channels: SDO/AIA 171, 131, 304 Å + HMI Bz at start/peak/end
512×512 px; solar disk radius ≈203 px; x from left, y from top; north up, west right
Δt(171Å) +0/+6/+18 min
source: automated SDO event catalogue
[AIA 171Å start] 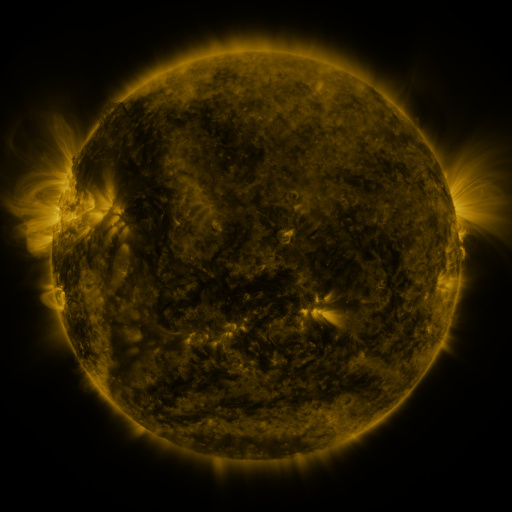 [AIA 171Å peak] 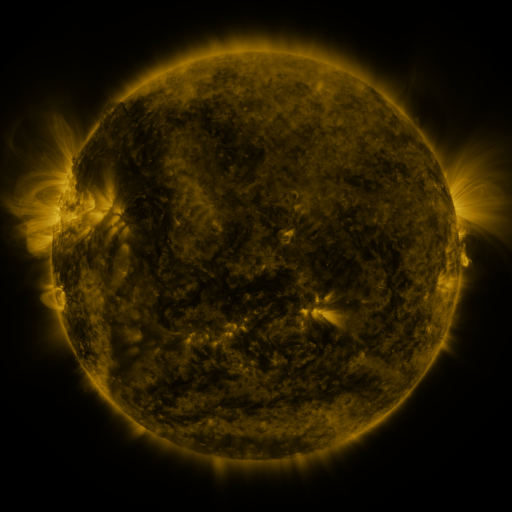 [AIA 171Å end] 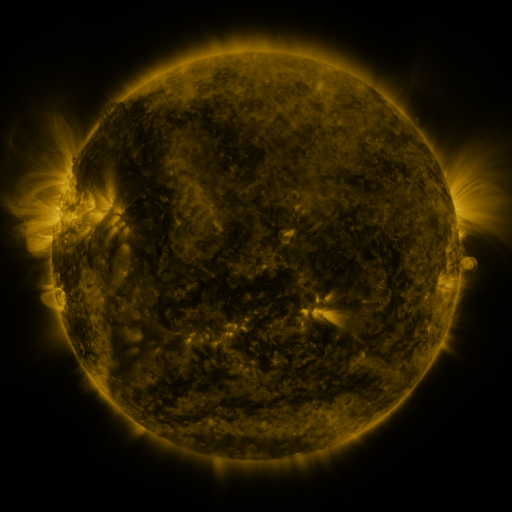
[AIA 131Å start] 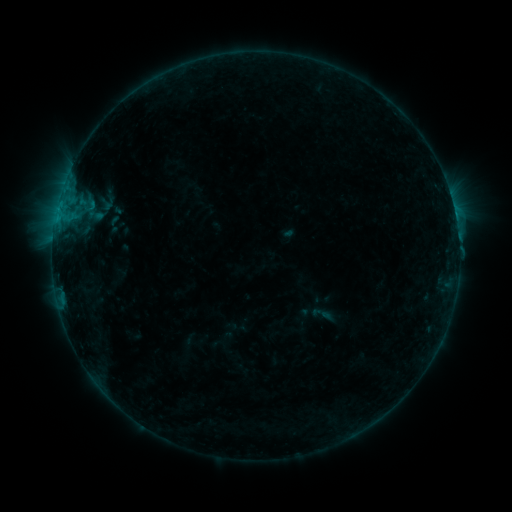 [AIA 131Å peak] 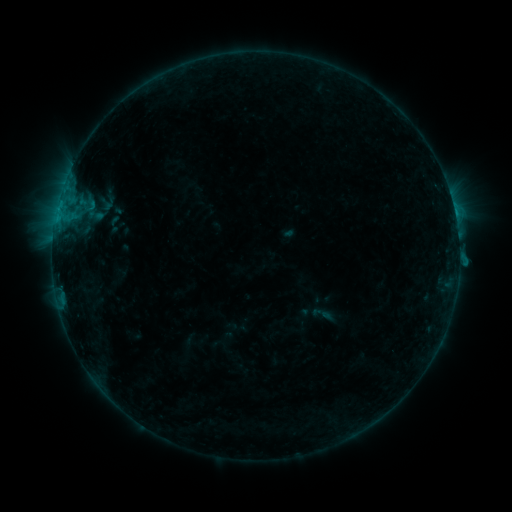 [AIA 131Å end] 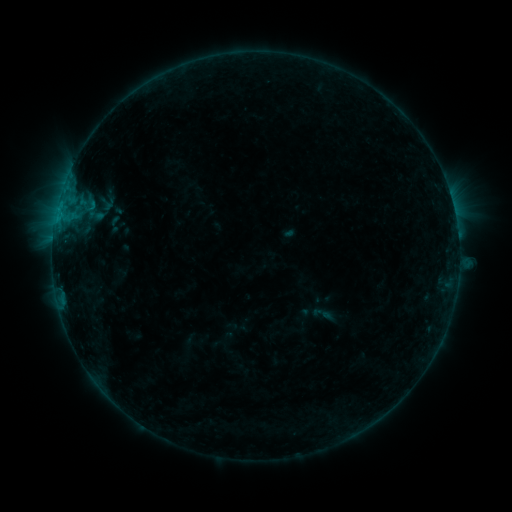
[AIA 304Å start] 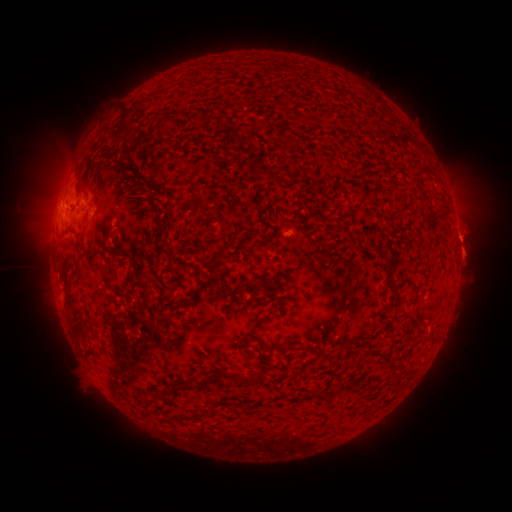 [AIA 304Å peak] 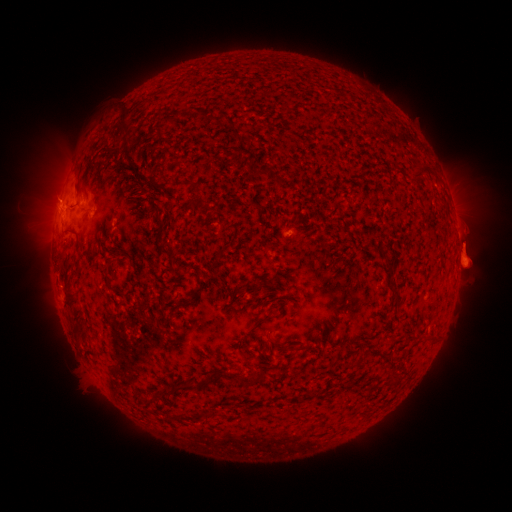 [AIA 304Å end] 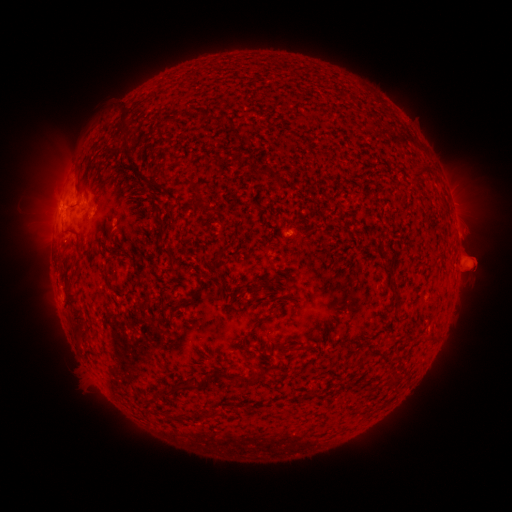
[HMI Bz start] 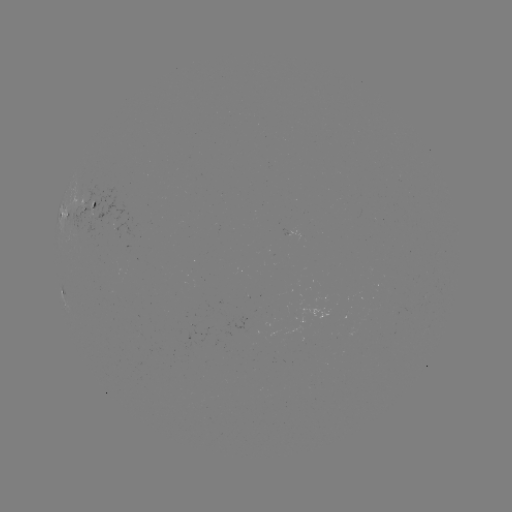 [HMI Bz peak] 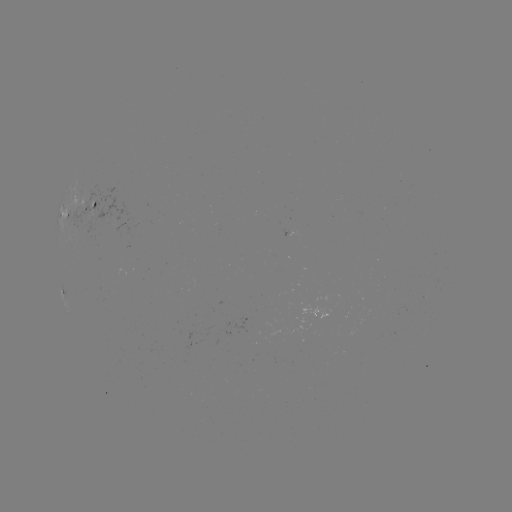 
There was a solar eruption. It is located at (467, 247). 